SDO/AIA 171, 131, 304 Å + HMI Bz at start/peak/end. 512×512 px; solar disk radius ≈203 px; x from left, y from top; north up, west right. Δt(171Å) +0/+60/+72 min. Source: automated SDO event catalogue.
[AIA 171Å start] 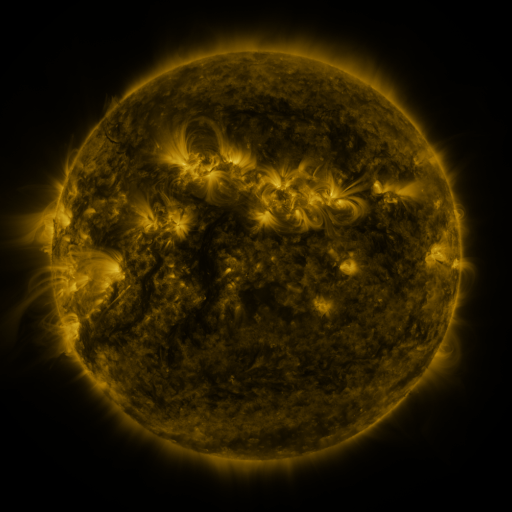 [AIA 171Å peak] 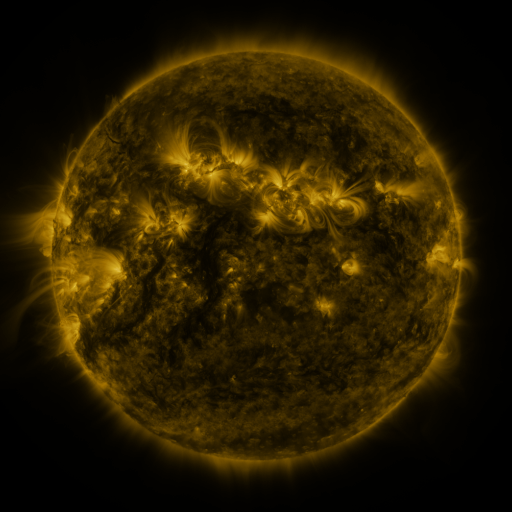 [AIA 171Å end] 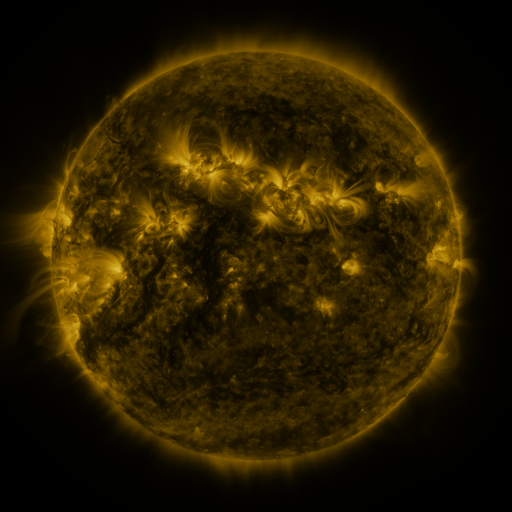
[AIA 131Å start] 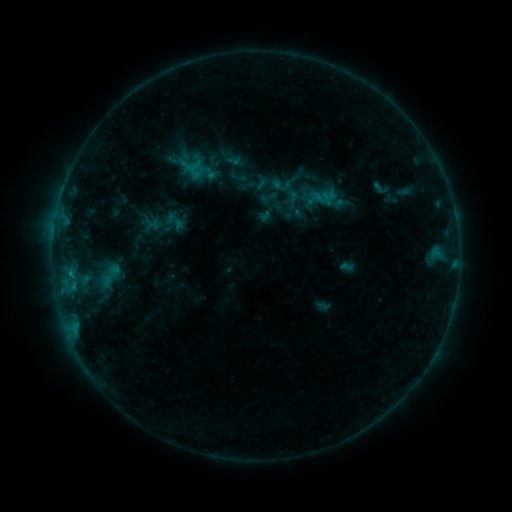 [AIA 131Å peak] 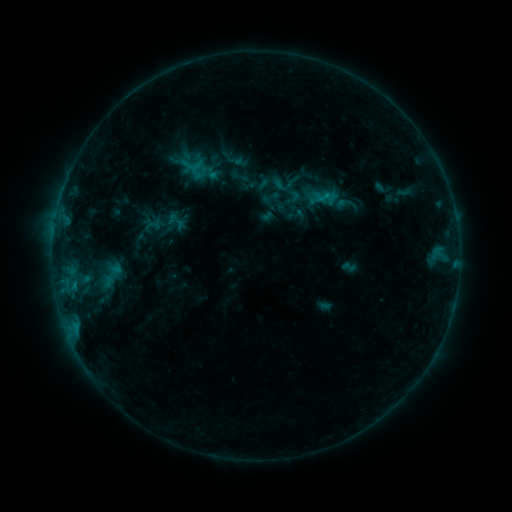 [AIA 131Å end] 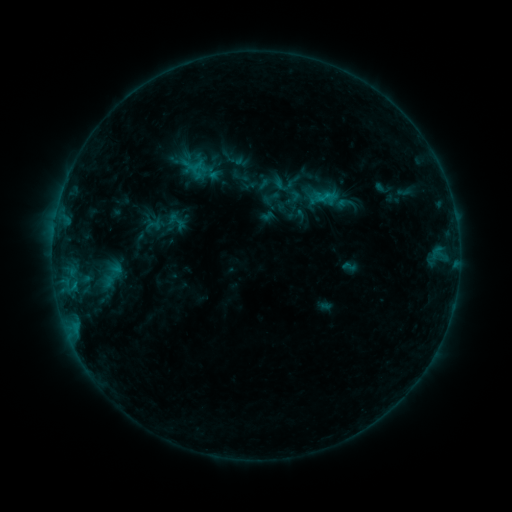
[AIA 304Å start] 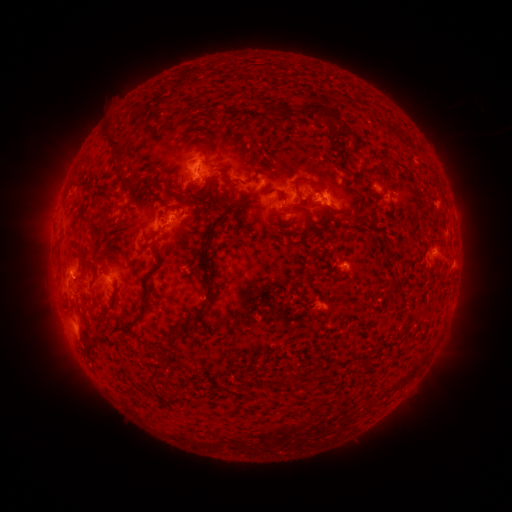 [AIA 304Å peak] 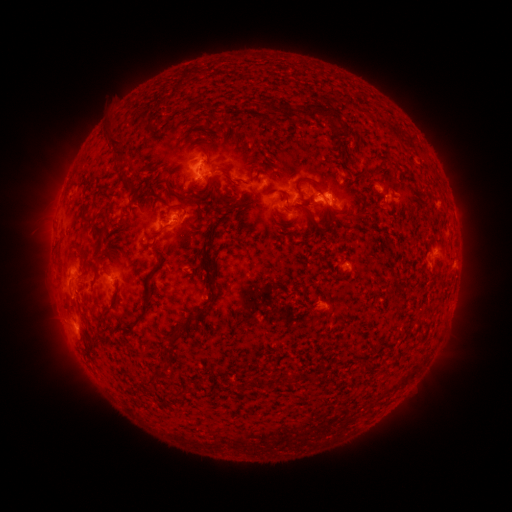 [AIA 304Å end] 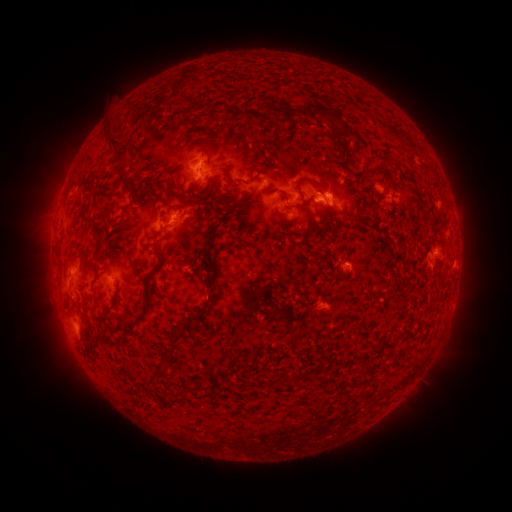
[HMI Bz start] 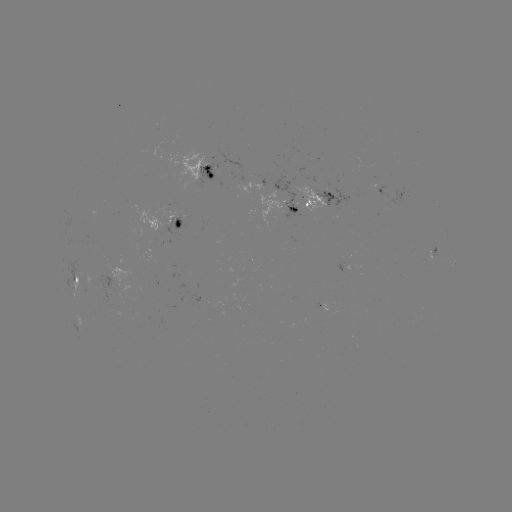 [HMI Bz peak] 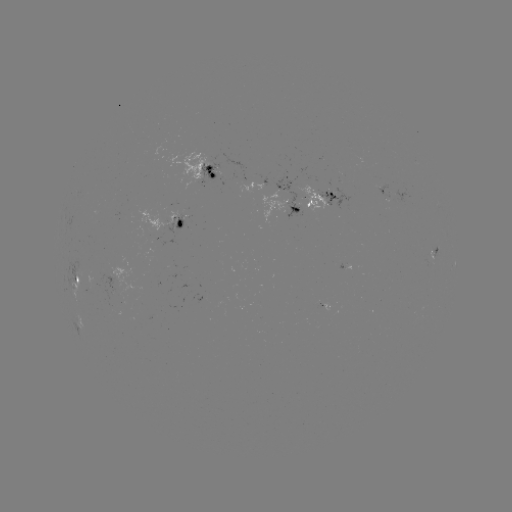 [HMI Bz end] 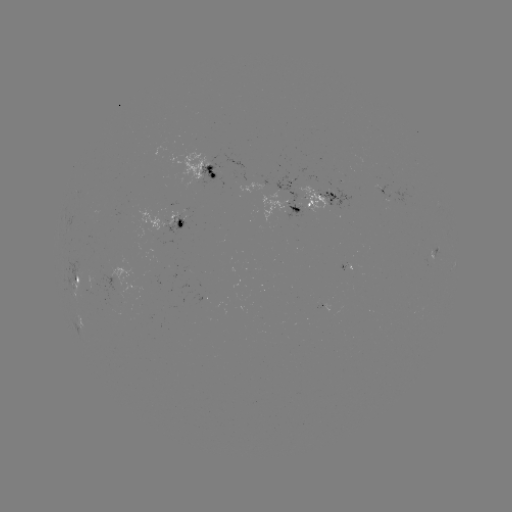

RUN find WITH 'emerging-flux region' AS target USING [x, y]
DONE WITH [379, 190] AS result